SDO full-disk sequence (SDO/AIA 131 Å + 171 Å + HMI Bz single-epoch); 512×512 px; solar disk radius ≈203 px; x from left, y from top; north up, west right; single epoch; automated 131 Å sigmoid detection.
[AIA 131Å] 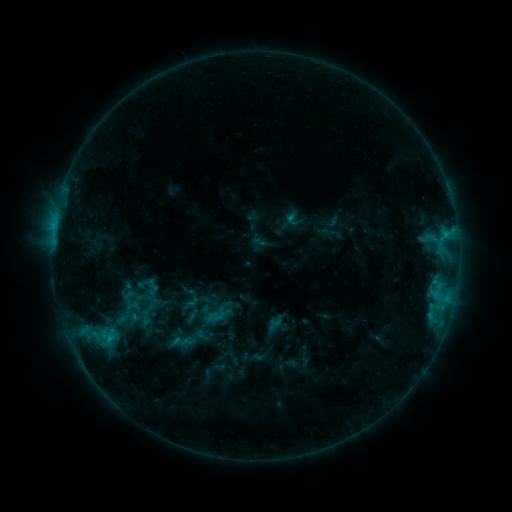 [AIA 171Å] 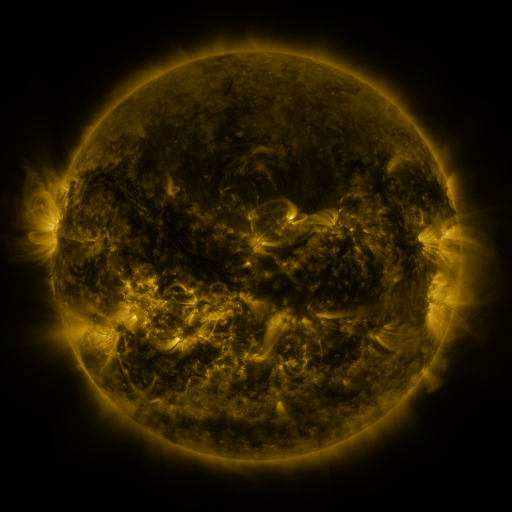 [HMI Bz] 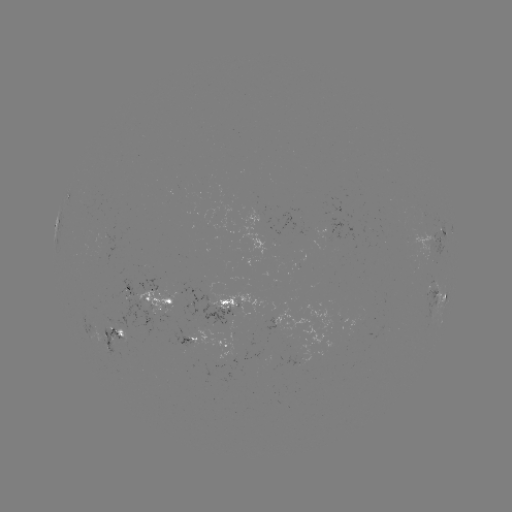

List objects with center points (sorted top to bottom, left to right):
sigmoid: (133, 300)
